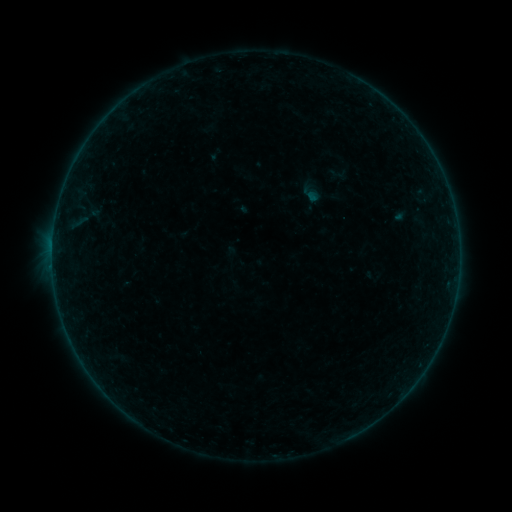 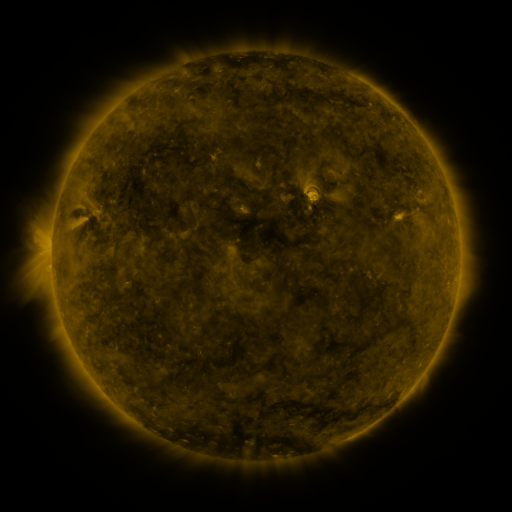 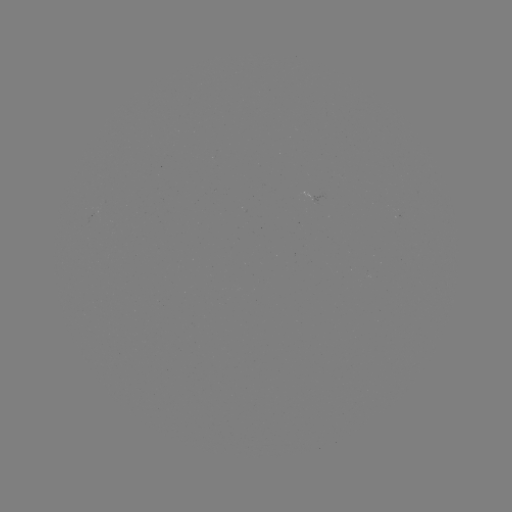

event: sigmoid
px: (338, 174)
